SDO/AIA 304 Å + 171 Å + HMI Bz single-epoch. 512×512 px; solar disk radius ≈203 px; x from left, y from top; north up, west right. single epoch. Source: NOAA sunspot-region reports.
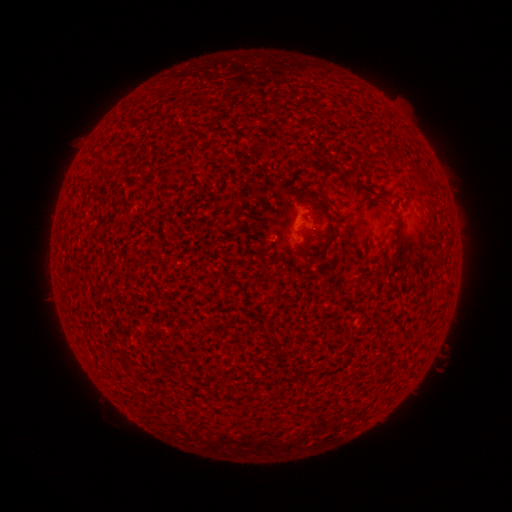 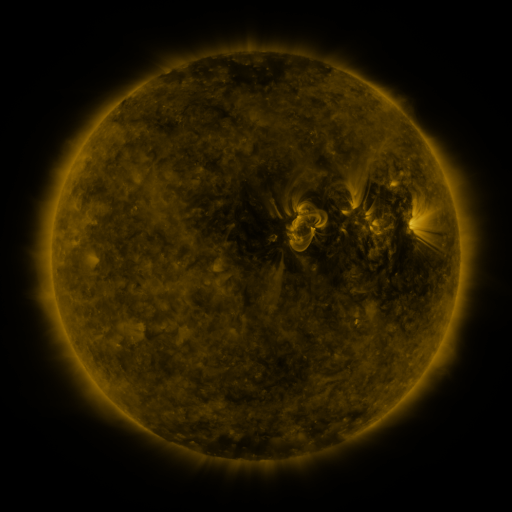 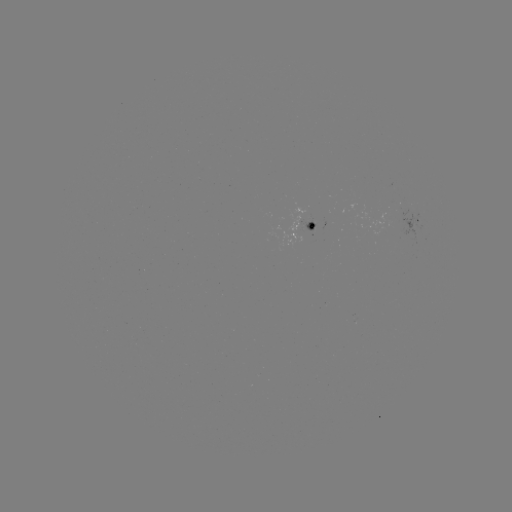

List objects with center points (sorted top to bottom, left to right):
spotted active region: (417, 221)
spotted active region: (312, 228)
